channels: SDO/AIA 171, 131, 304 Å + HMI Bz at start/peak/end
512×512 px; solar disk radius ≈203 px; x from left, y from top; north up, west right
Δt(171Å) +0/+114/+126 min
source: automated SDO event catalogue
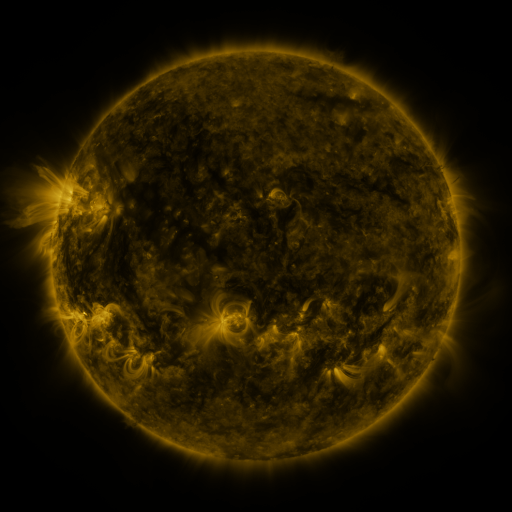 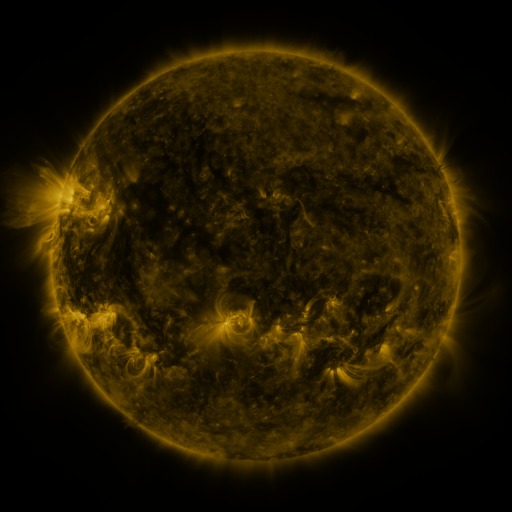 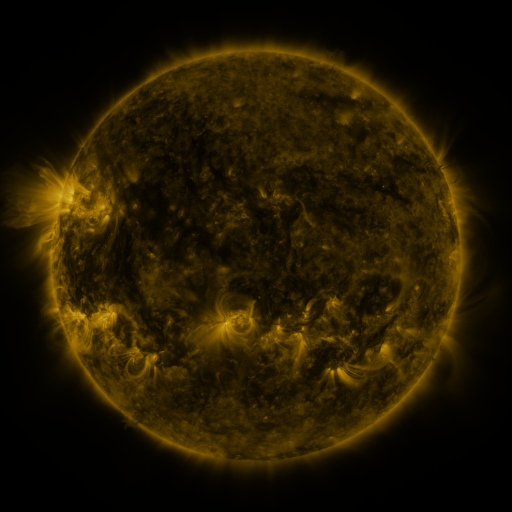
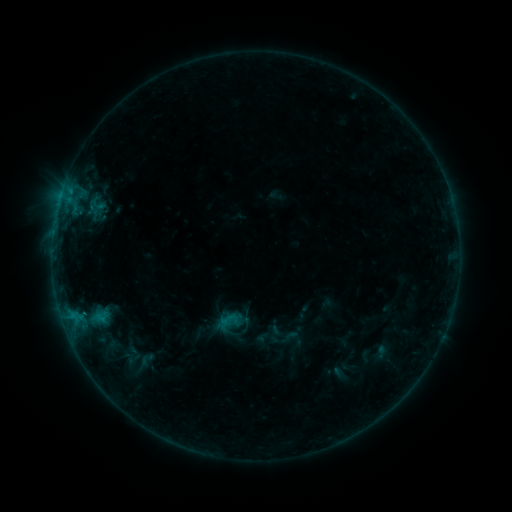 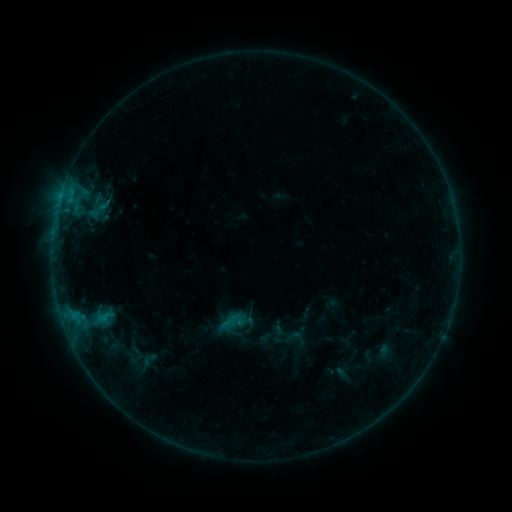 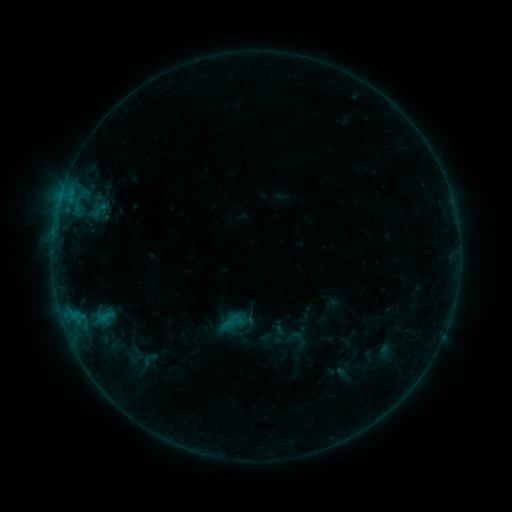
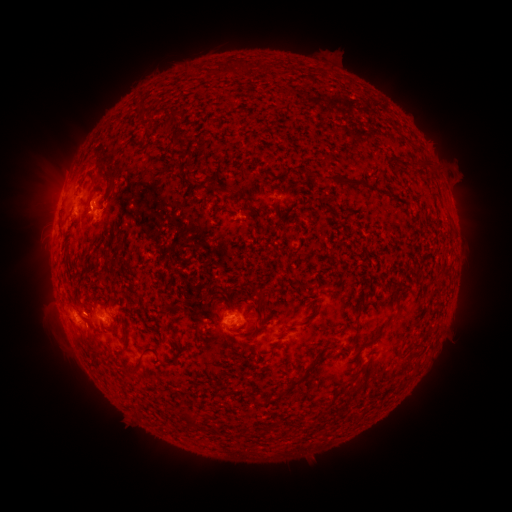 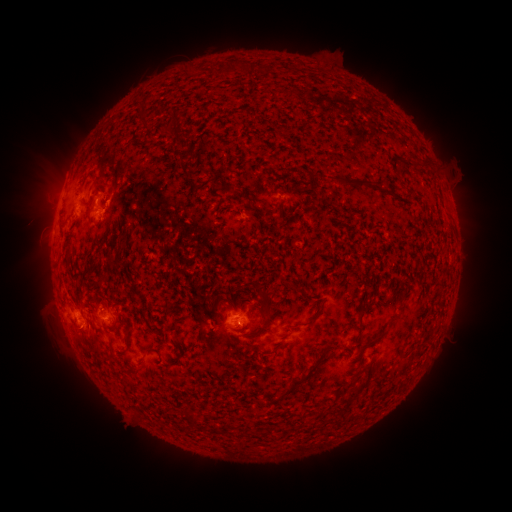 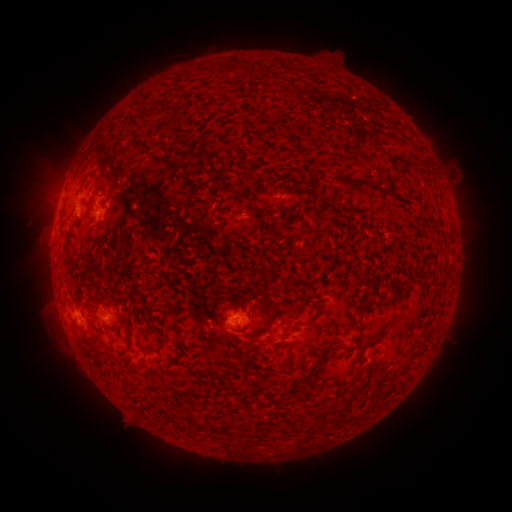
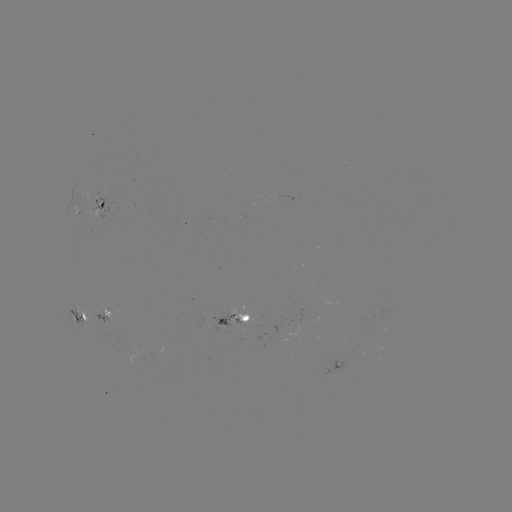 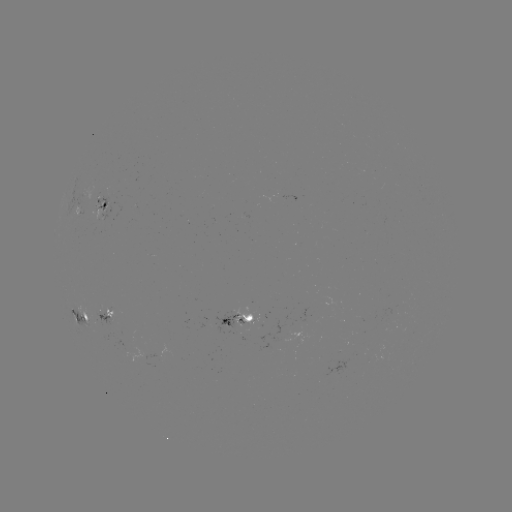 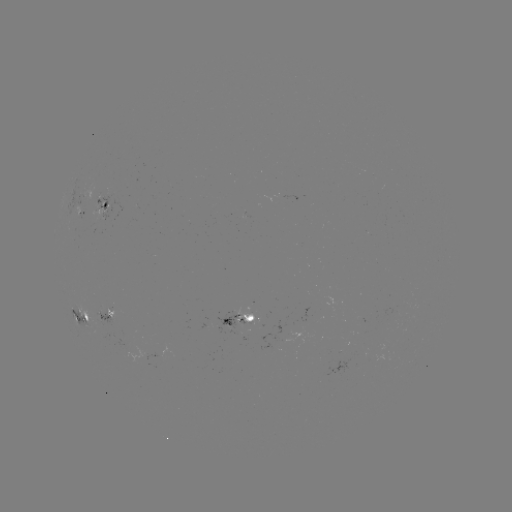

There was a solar emerging-flux region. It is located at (247, 319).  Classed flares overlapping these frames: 1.